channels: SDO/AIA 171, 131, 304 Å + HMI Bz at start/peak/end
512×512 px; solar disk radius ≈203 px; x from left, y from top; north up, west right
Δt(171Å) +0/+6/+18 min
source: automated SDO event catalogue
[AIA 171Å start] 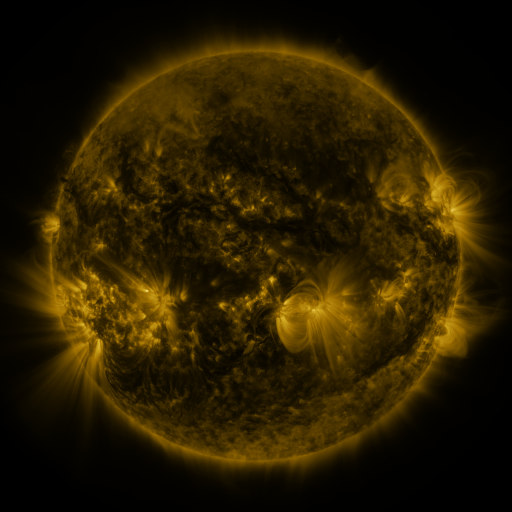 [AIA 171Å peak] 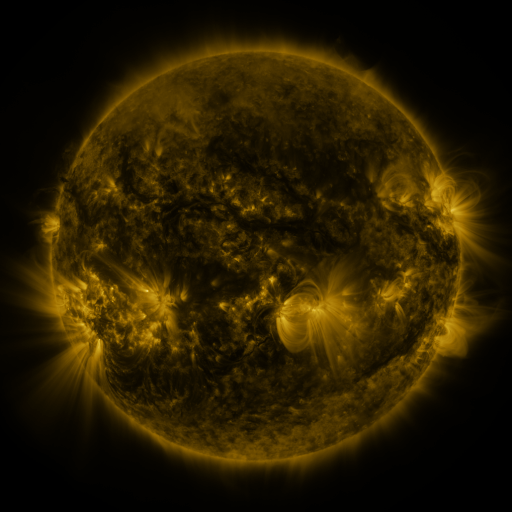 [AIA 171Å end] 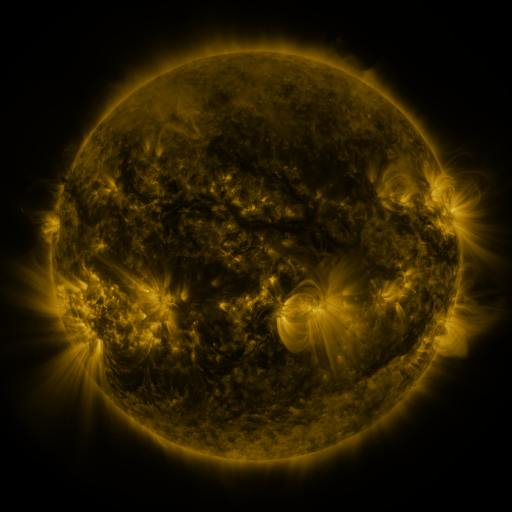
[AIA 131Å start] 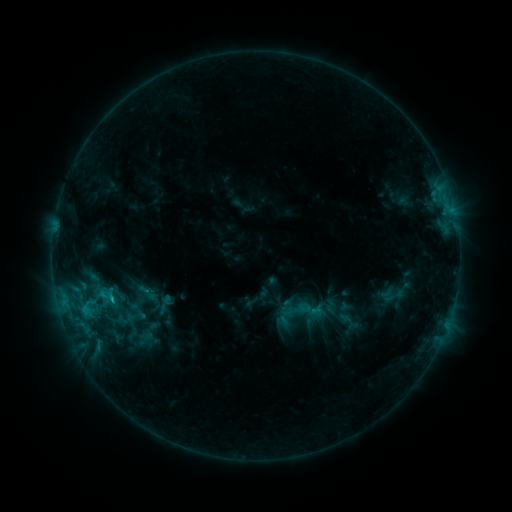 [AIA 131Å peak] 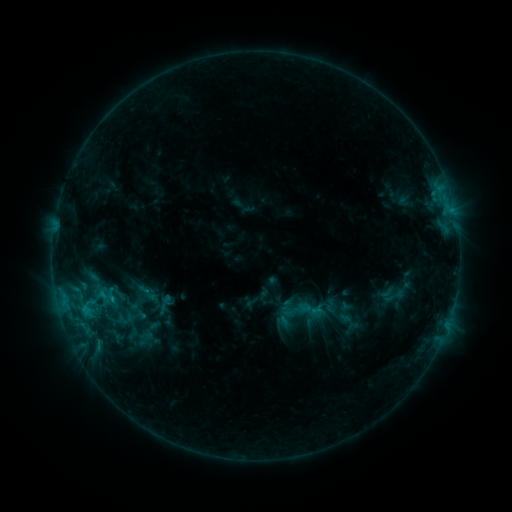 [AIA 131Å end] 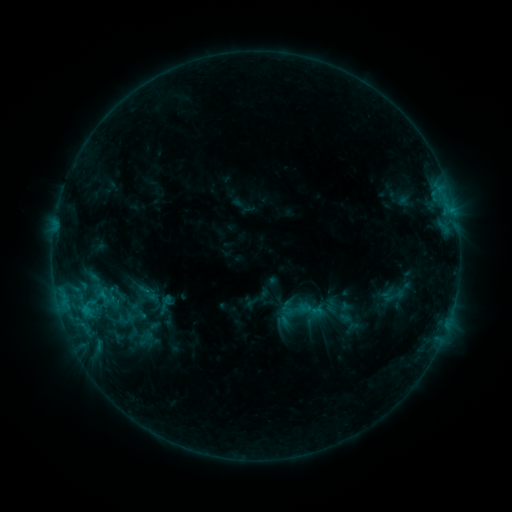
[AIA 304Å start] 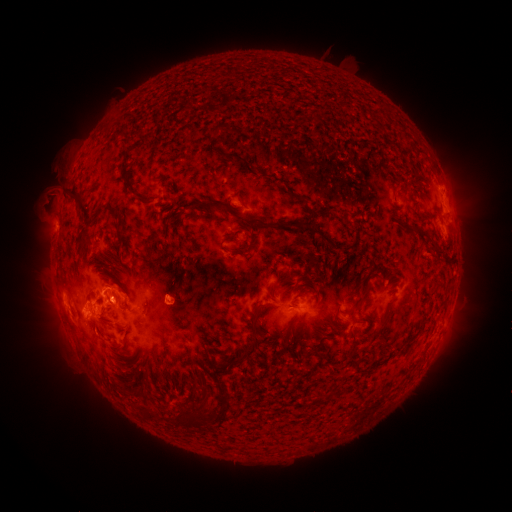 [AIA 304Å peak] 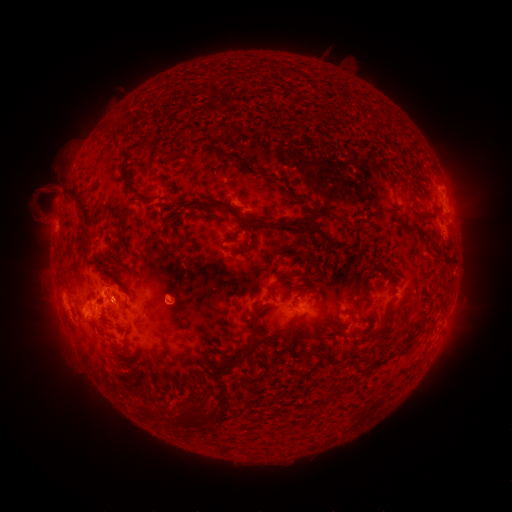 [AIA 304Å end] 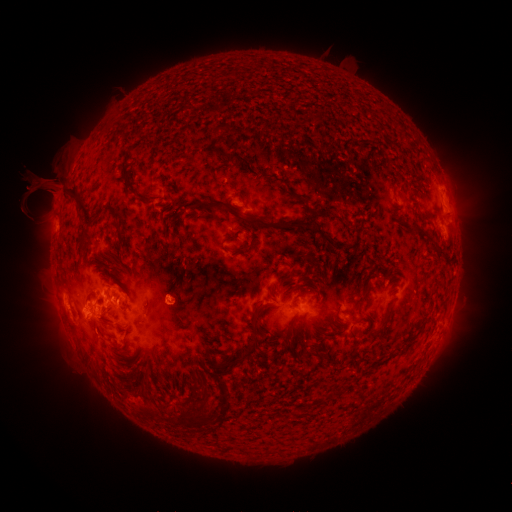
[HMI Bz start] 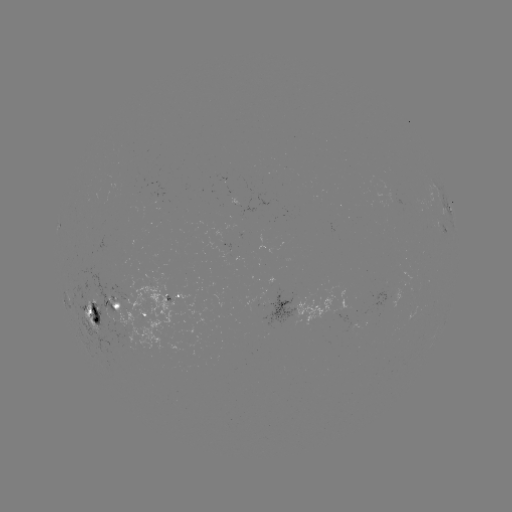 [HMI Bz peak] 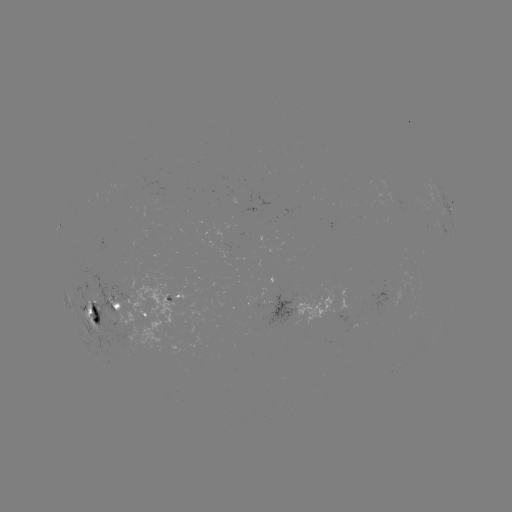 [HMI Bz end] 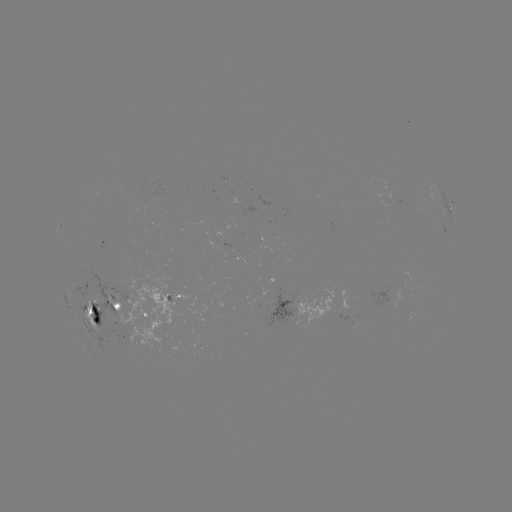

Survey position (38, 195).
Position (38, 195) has eruption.